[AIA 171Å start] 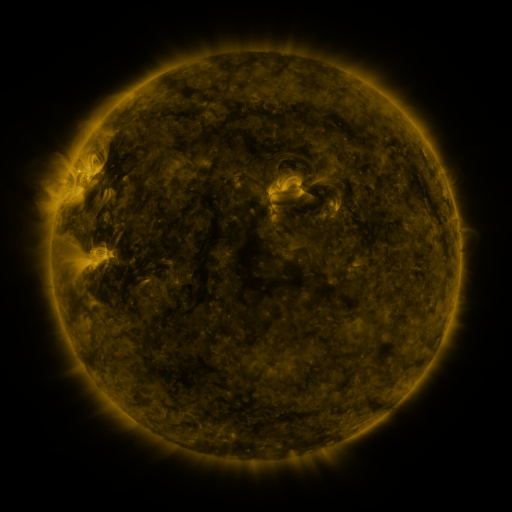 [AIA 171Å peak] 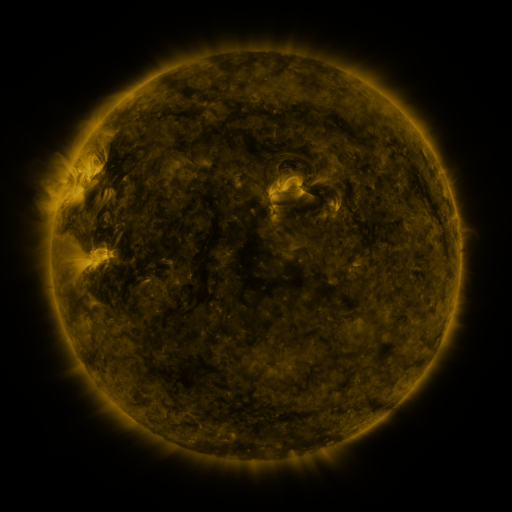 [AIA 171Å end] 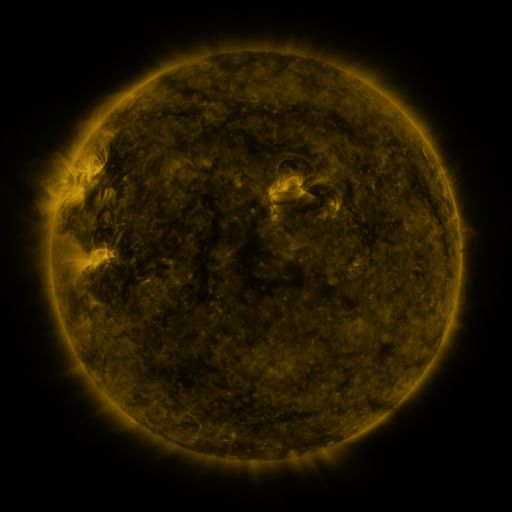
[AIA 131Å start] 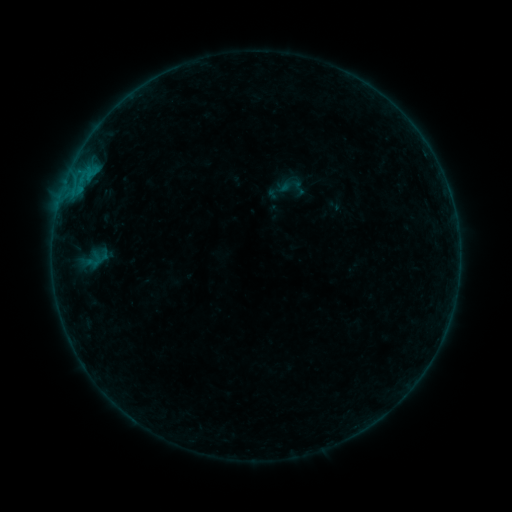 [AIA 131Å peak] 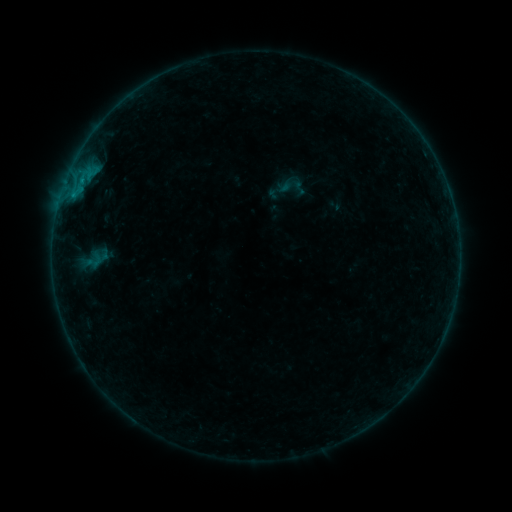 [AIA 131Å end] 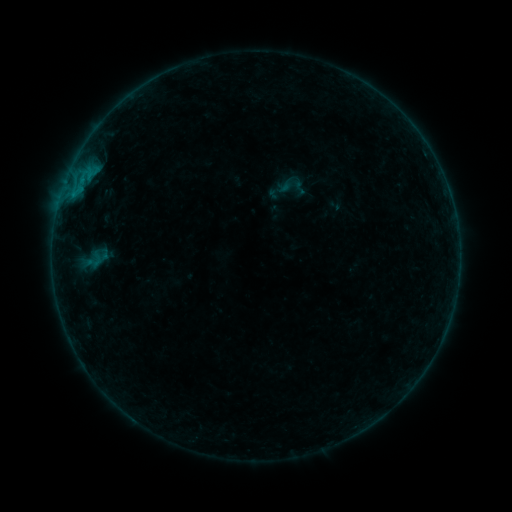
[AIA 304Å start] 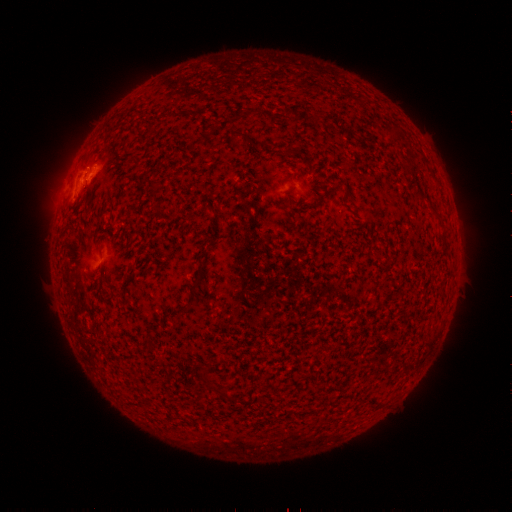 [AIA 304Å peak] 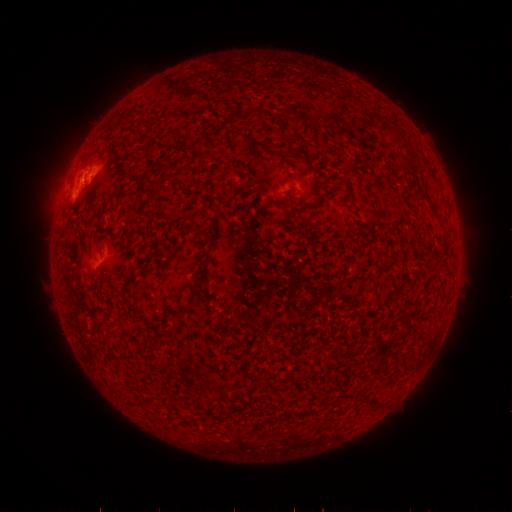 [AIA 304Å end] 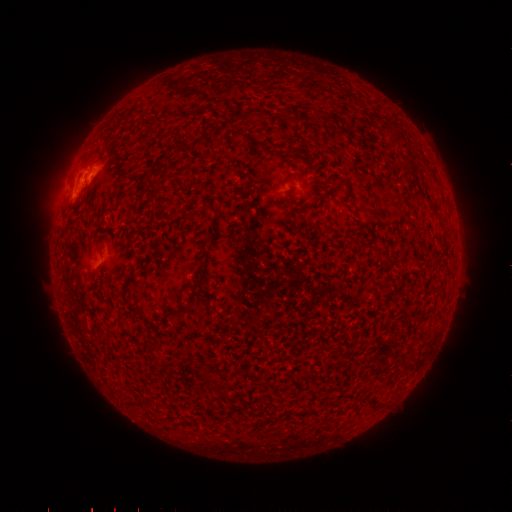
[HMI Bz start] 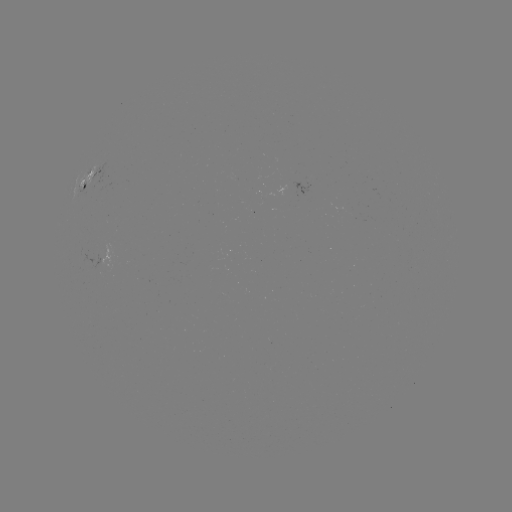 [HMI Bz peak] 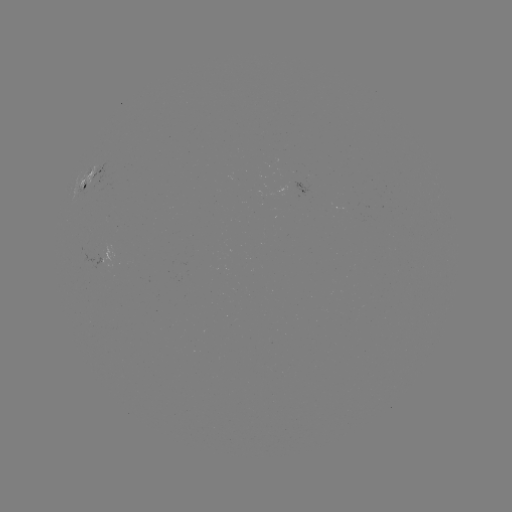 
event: flare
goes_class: B3.0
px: (74, 197)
